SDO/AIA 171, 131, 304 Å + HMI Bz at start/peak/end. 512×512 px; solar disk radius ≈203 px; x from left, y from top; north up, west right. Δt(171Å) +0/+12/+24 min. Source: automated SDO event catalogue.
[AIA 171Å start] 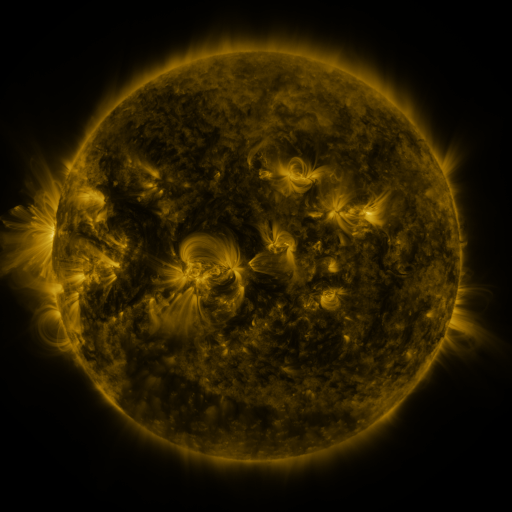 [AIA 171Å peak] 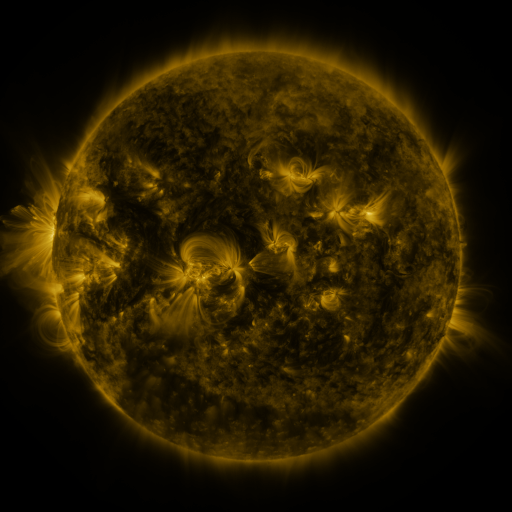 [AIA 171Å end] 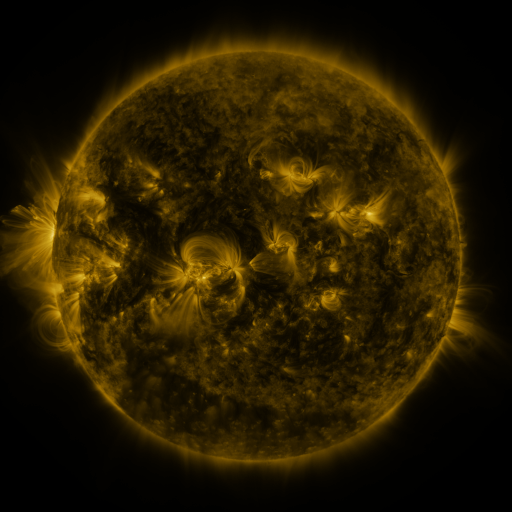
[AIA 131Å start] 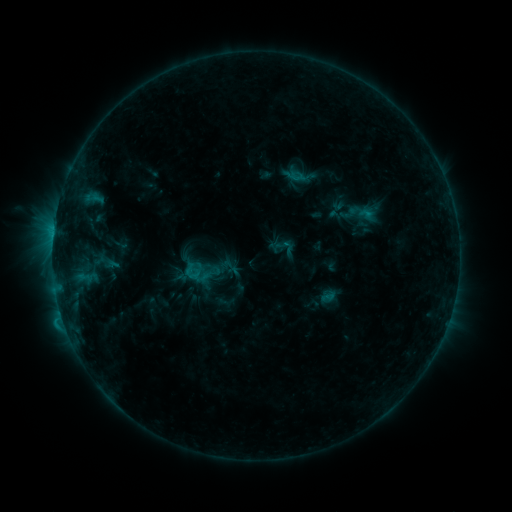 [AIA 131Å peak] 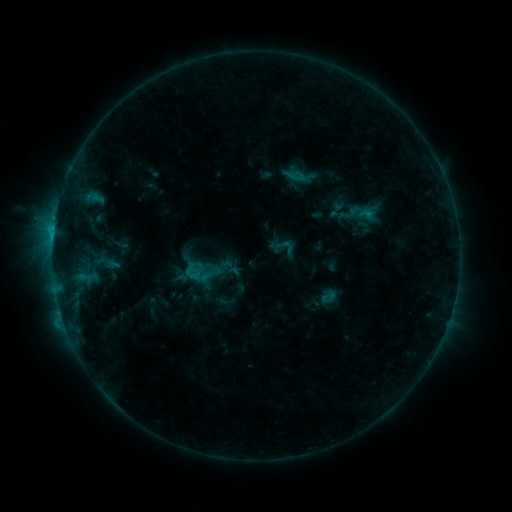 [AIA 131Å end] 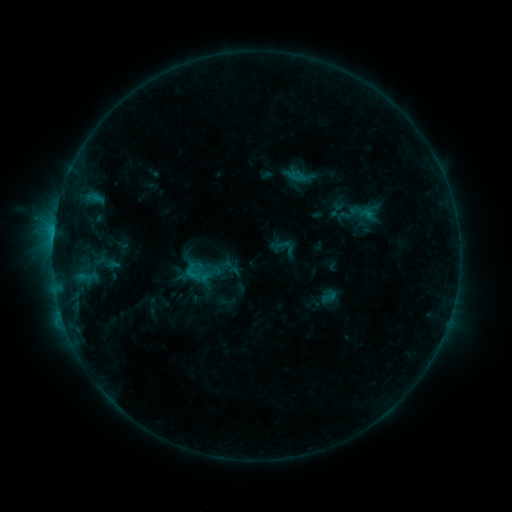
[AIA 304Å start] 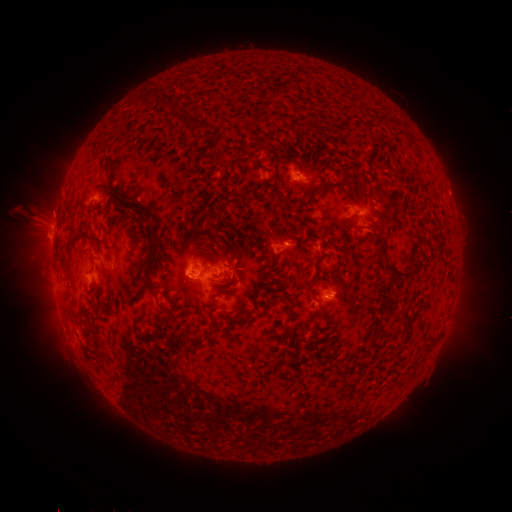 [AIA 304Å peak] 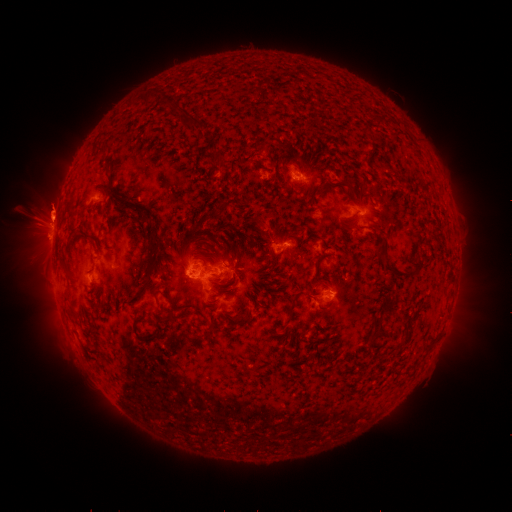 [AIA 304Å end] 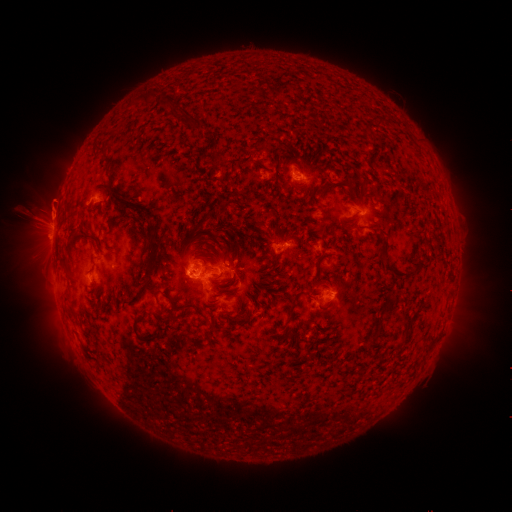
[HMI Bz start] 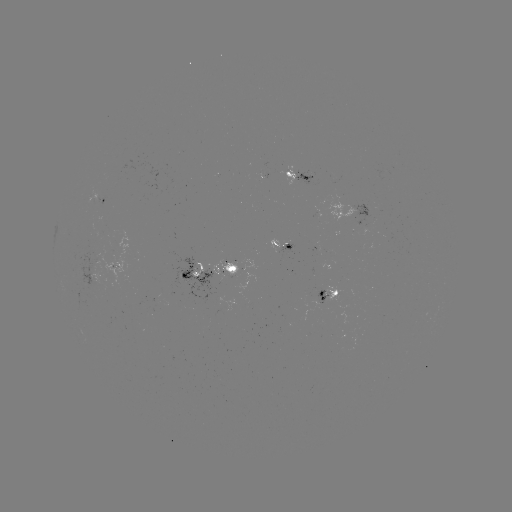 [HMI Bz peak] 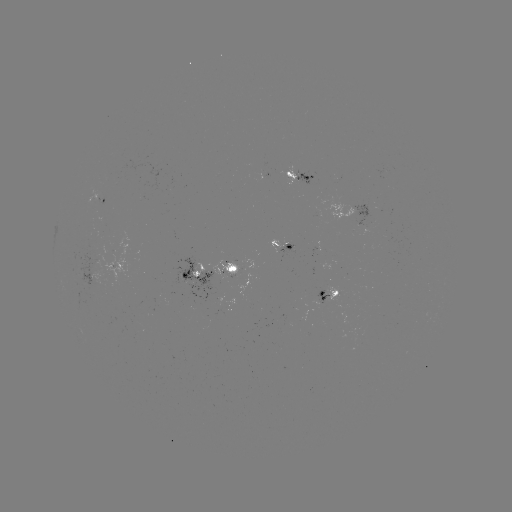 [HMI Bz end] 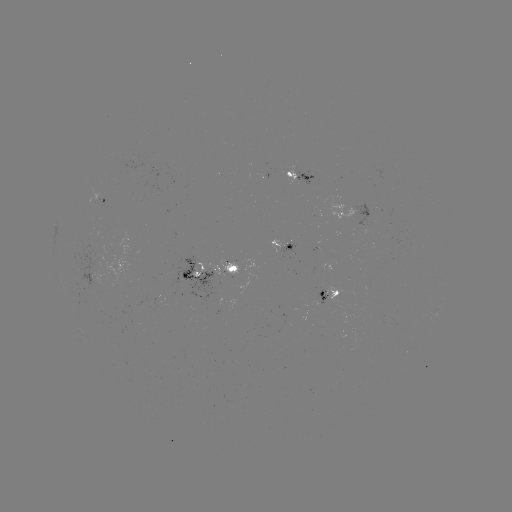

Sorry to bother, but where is eruption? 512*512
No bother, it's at (51, 210).